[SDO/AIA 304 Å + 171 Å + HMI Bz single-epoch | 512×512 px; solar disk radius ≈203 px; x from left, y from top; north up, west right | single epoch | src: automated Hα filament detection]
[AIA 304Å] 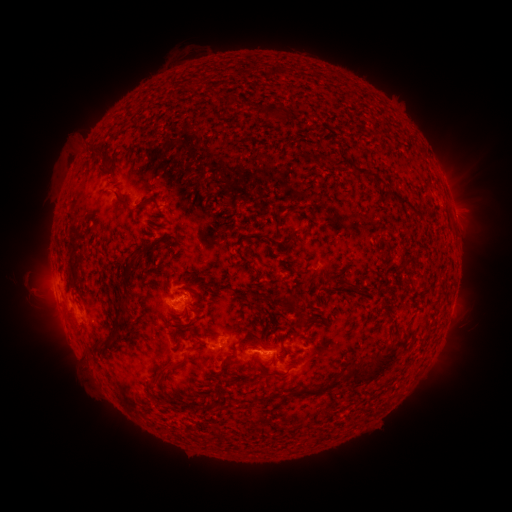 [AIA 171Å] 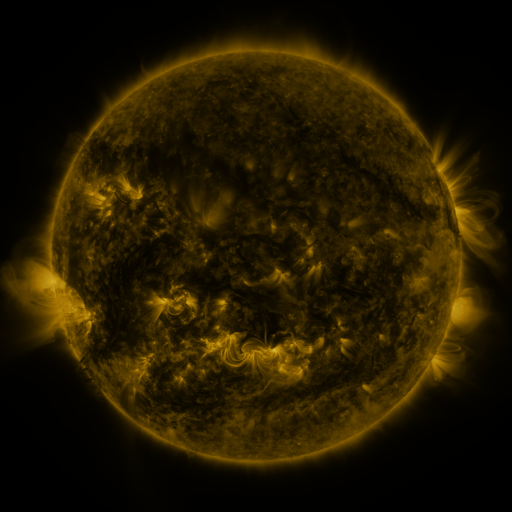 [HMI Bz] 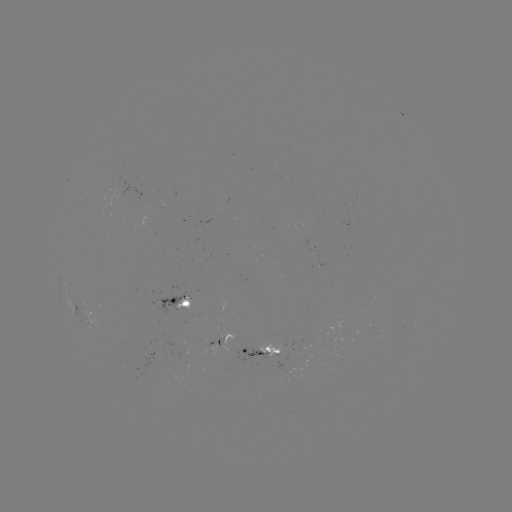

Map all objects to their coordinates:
filament: (300, 117, 316, 130)
filament: (135, 154, 150, 178)
filament: (355, 185, 368, 194)
filament: (372, 198, 413, 243)
filament: (137, 216, 150, 229)
filament: (310, 229, 319, 249)
filament: (252, 232, 263, 239)
filament: (106, 254, 123, 276)
filament: (57, 259, 69, 280)
filament: (175, 264, 188, 274)
filament: (96, 285, 105, 297)
filament: (80, 289, 93, 306)
filament: (63, 298, 71, 307)
filament: (155, 305, 170, 313)
filament: (188, 317, 198, 323)
filament: (389, 318, 399, 326)
filament: (276, 320, 288, 337)
filament: (117, 332, 162, 354)
filament: (221, 337, 235, 346)
filament: (113, 357, 123, 370)
filament: (206, 368, 221, 381)
filament: (307, 378, 366, 412)
filament: (173, 387, 188, 395)
filament: (252, 390, 307, 408)
